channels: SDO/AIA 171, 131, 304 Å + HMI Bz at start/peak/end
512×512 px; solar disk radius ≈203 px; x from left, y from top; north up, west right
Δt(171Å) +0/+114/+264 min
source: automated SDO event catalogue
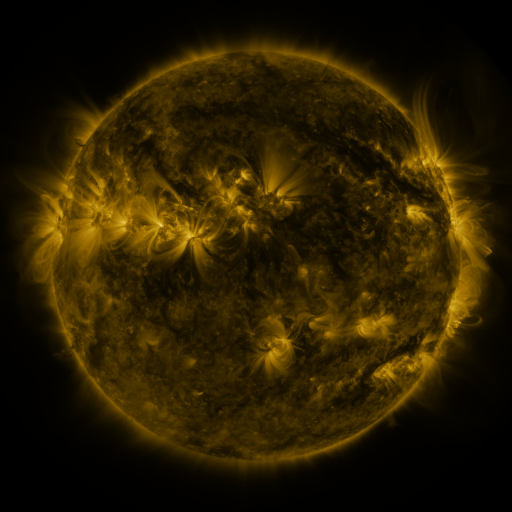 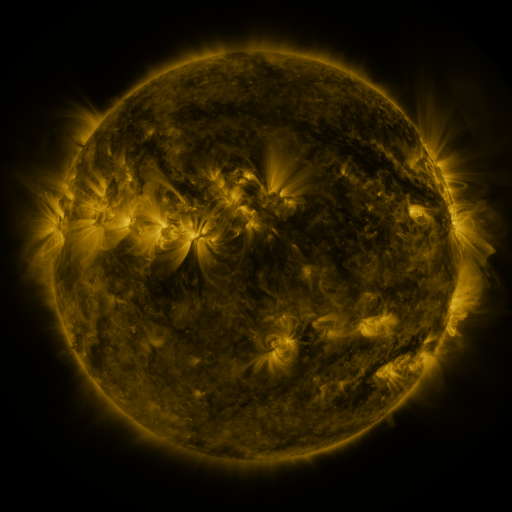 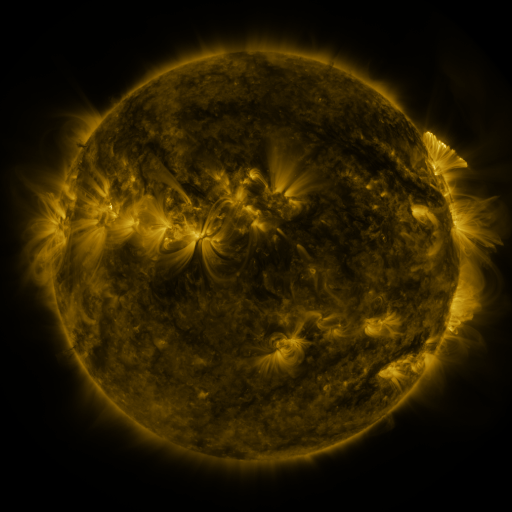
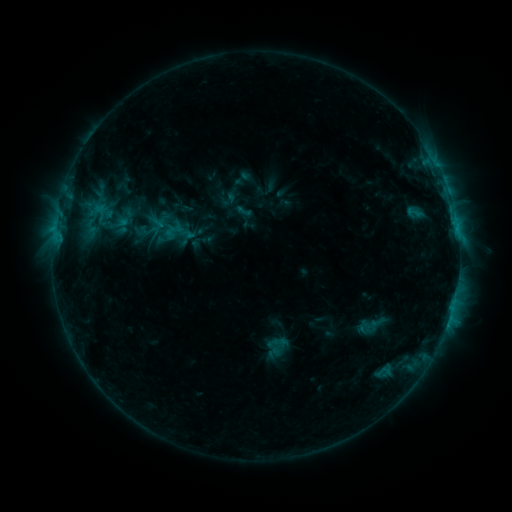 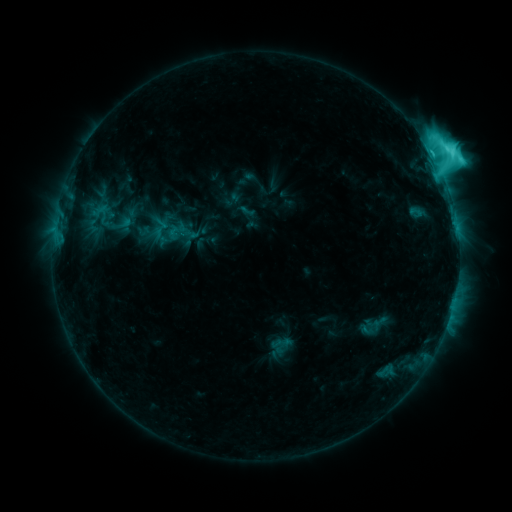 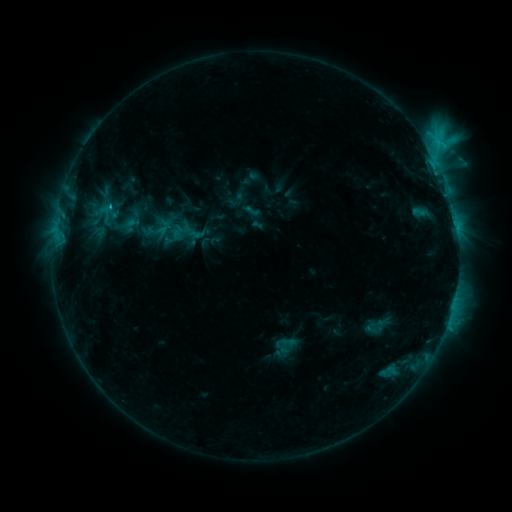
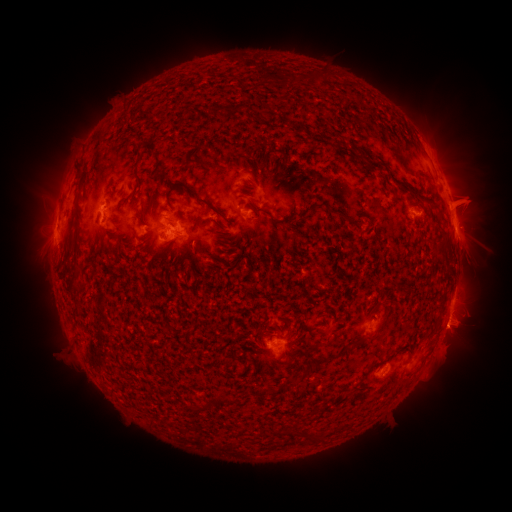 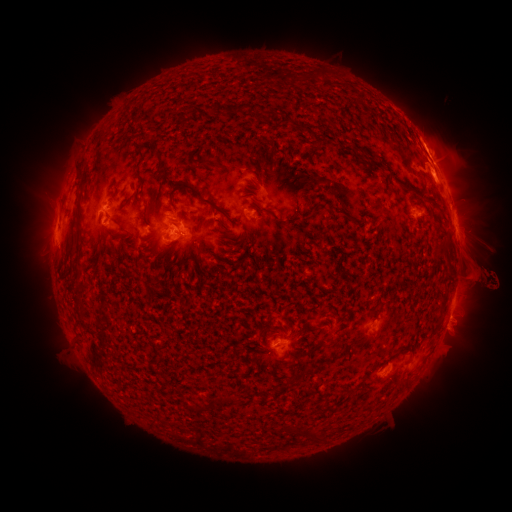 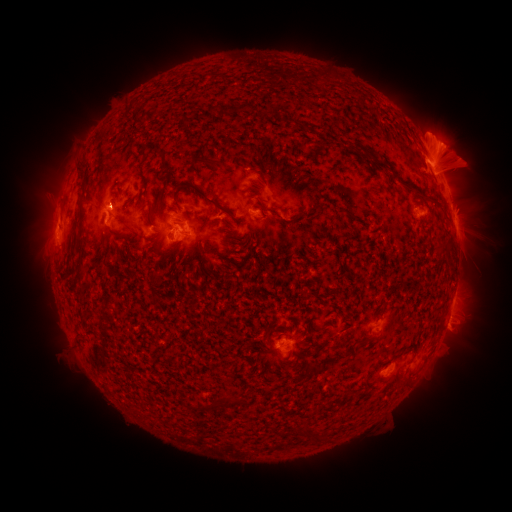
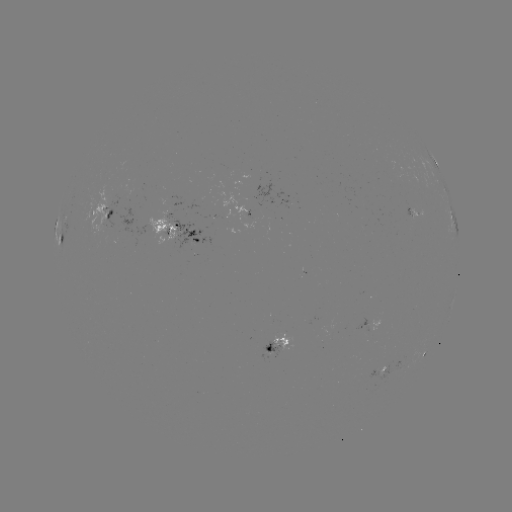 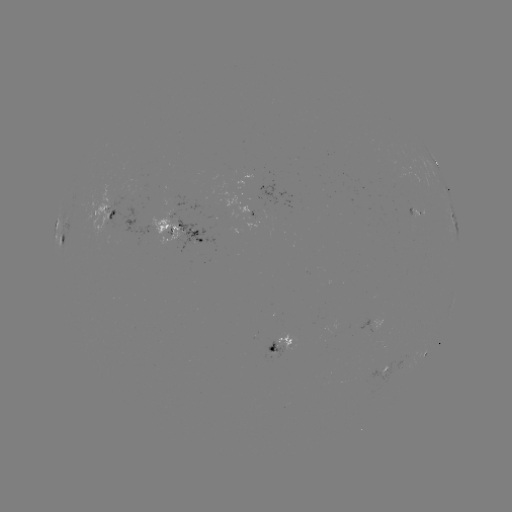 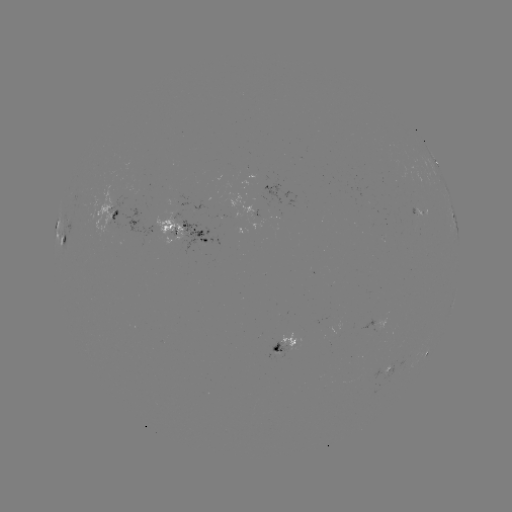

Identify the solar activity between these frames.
M1.3 flare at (436, 165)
